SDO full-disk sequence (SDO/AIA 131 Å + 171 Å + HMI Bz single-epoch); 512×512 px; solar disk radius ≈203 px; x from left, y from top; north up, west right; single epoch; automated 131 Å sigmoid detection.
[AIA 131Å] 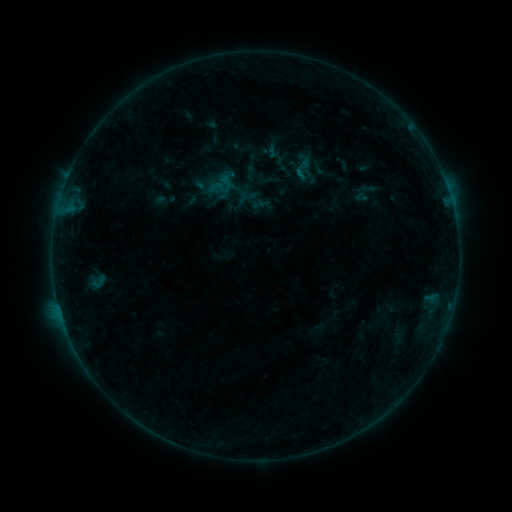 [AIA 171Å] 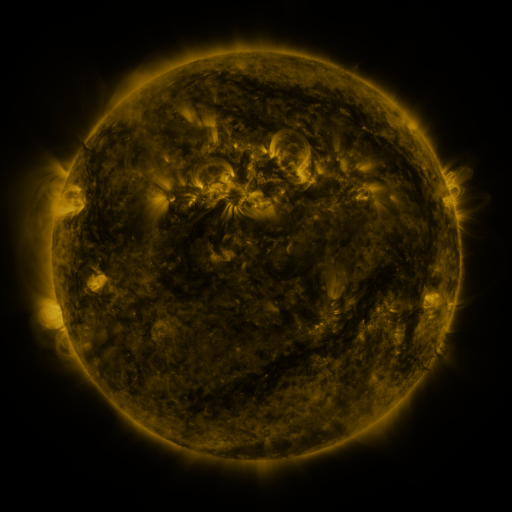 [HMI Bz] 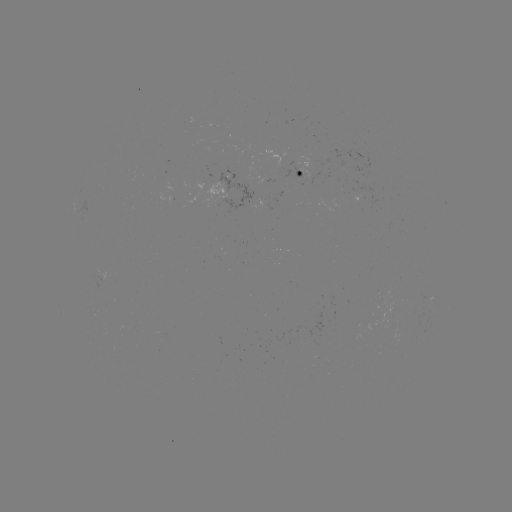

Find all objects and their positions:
sigmoid: (303, 169)
